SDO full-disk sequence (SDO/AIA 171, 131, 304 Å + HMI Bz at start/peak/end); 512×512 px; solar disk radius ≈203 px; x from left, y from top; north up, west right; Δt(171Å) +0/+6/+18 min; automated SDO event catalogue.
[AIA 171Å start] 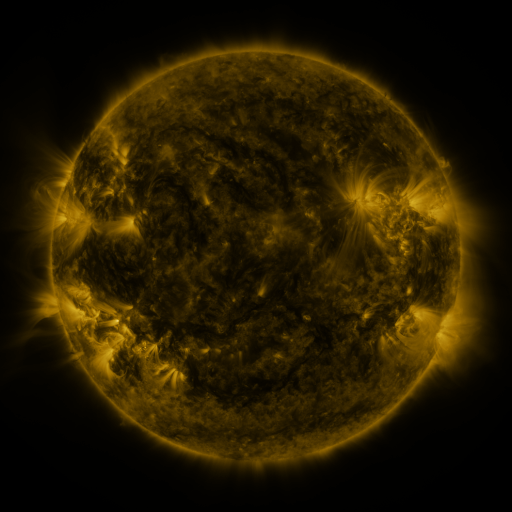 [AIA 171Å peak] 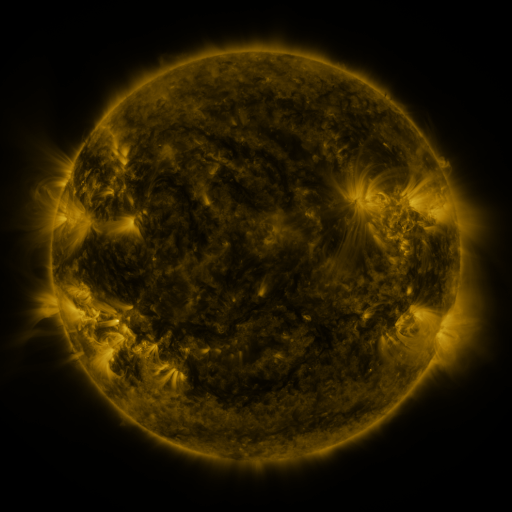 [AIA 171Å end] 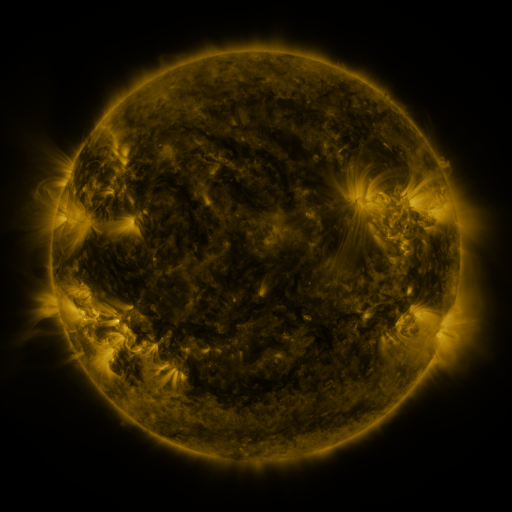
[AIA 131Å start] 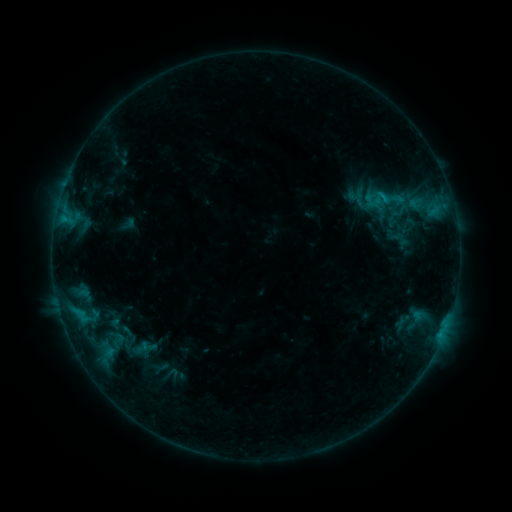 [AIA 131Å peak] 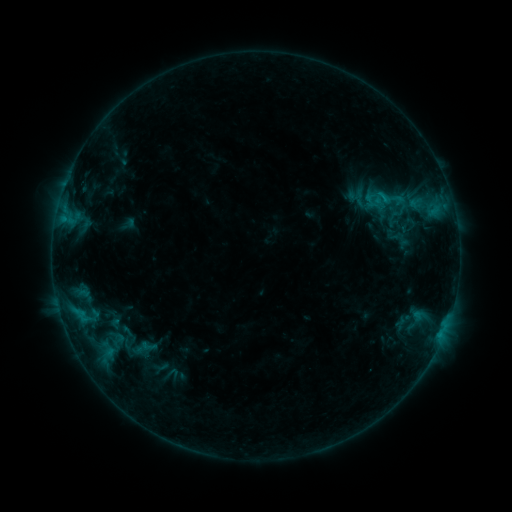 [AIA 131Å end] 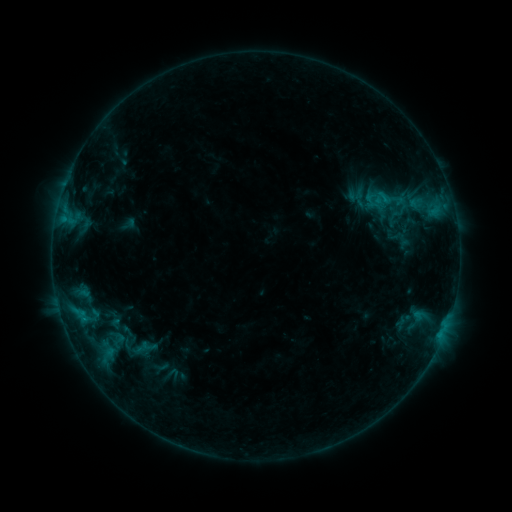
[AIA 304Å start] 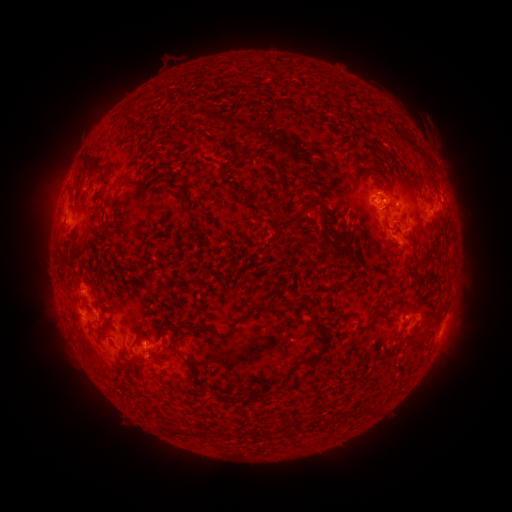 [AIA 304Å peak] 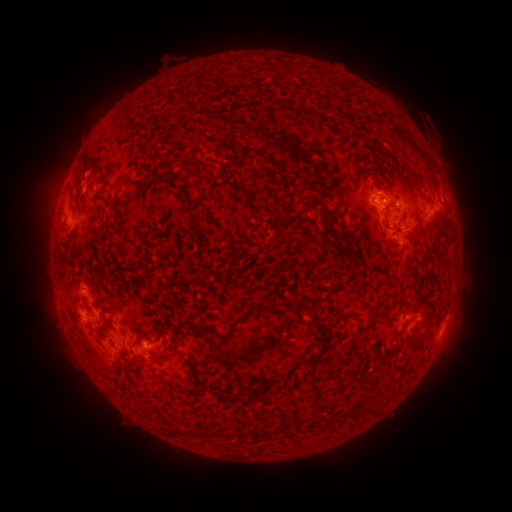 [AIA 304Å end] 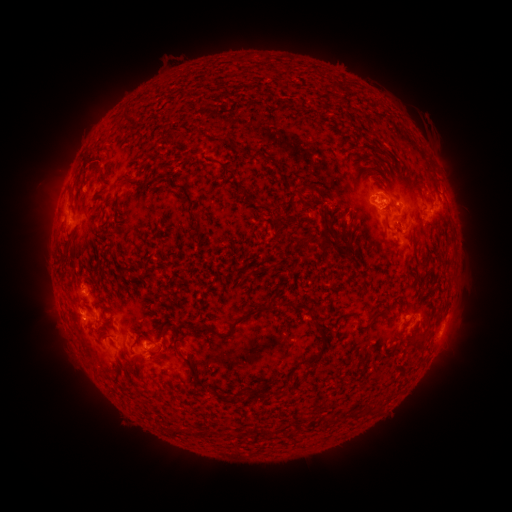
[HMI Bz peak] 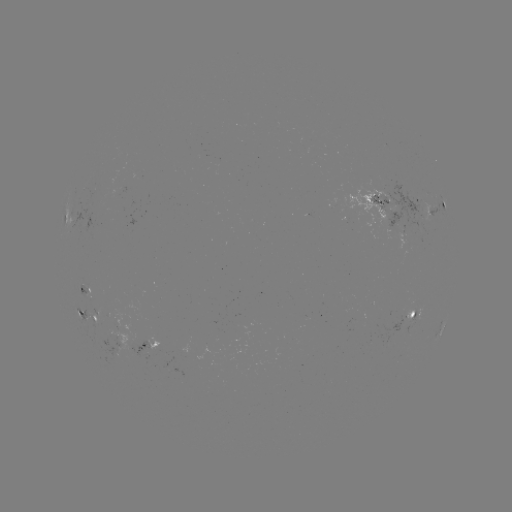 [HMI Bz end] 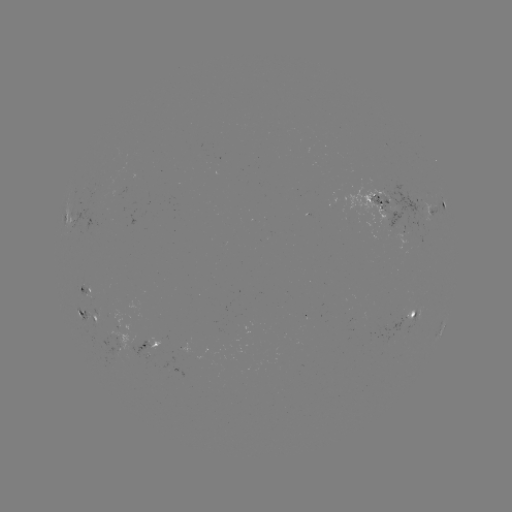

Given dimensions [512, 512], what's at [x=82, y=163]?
eruption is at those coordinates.